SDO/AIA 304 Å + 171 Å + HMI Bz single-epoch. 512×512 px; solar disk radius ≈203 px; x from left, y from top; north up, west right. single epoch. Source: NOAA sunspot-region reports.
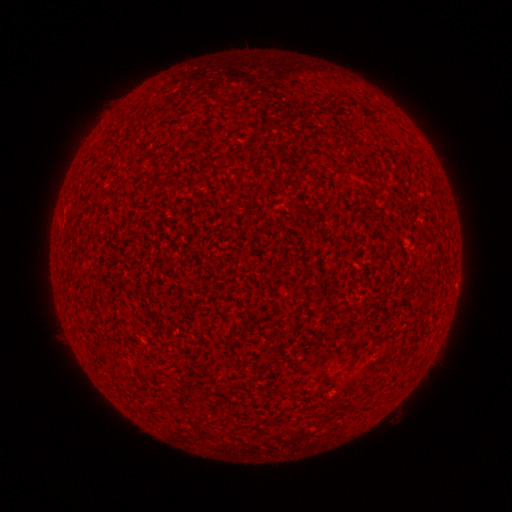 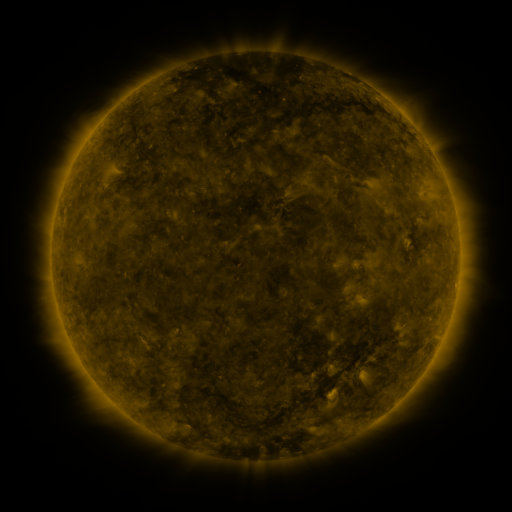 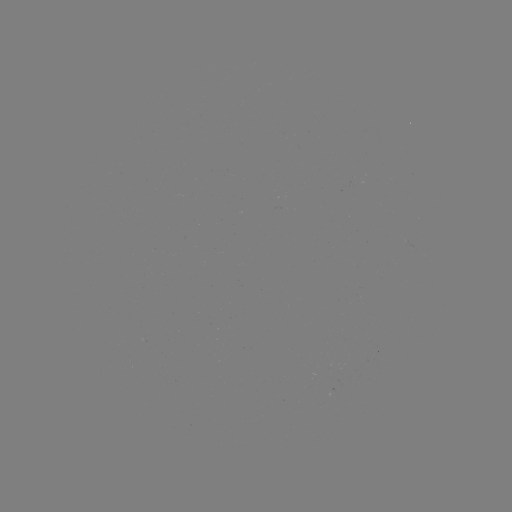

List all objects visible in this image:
(none)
